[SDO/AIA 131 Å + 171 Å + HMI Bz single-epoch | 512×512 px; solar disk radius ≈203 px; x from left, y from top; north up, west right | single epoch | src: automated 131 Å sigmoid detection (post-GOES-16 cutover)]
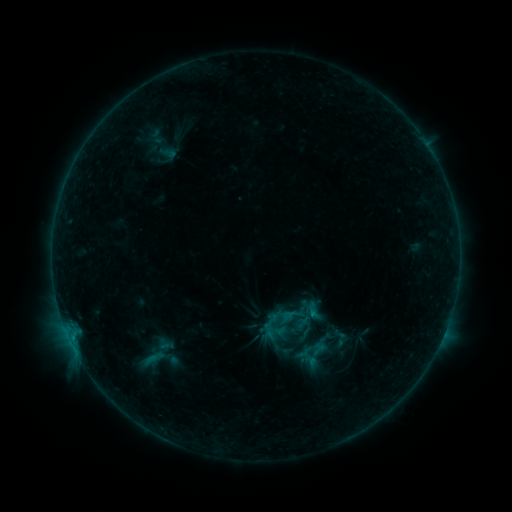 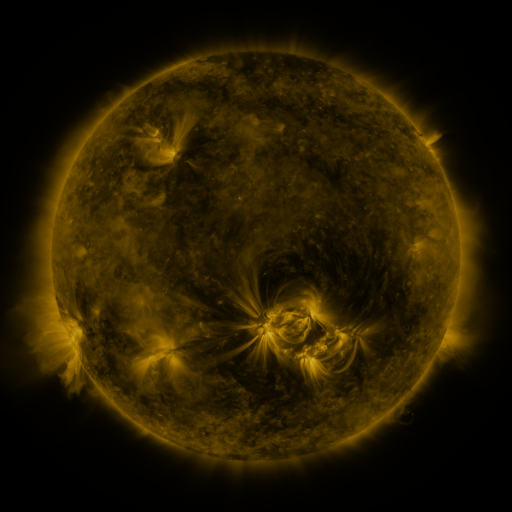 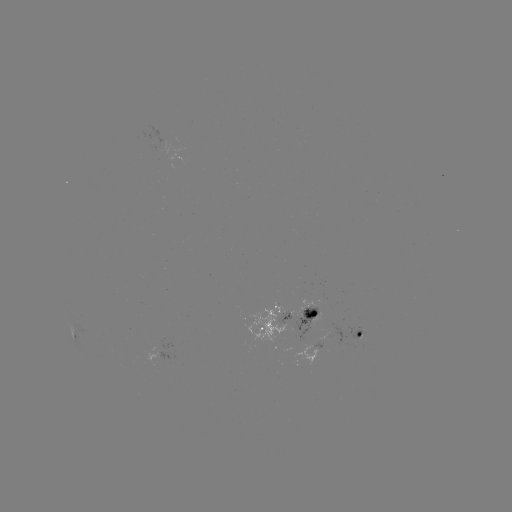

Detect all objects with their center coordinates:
sigmoid: (311, 309)
